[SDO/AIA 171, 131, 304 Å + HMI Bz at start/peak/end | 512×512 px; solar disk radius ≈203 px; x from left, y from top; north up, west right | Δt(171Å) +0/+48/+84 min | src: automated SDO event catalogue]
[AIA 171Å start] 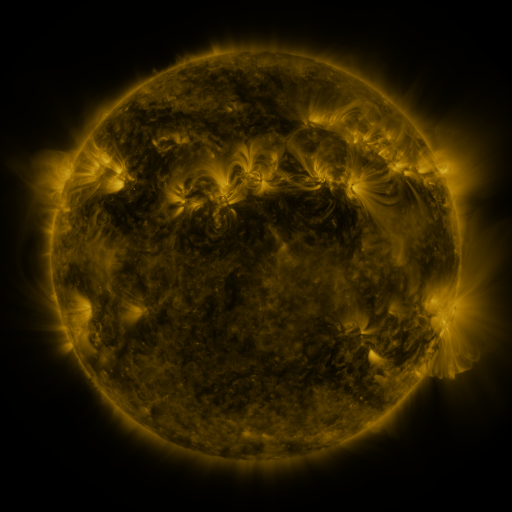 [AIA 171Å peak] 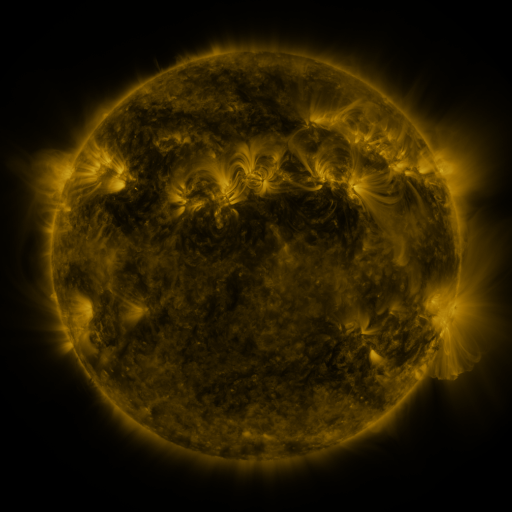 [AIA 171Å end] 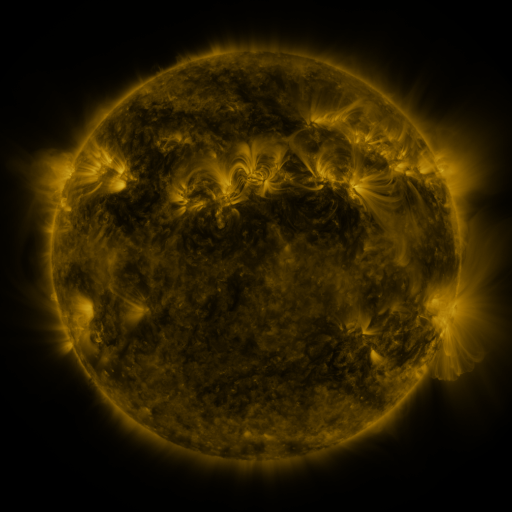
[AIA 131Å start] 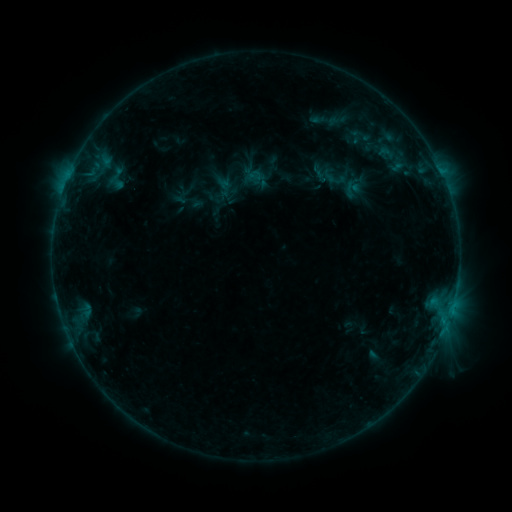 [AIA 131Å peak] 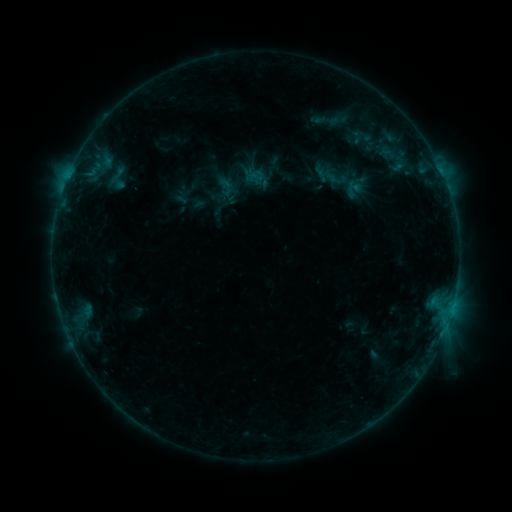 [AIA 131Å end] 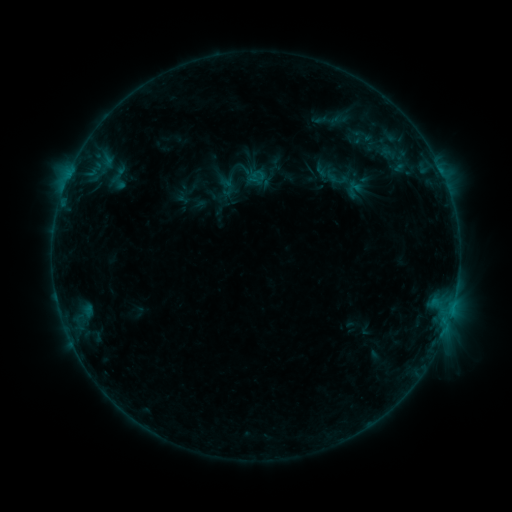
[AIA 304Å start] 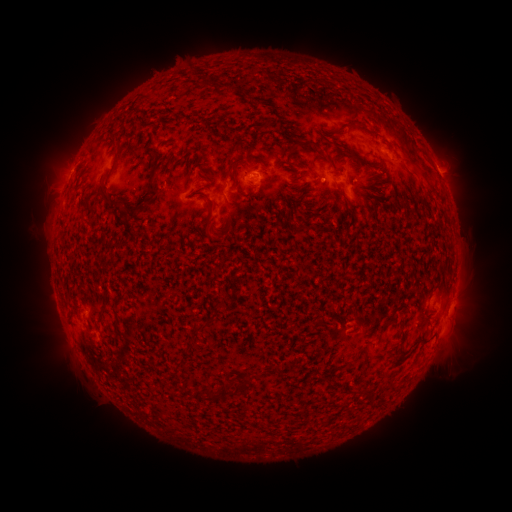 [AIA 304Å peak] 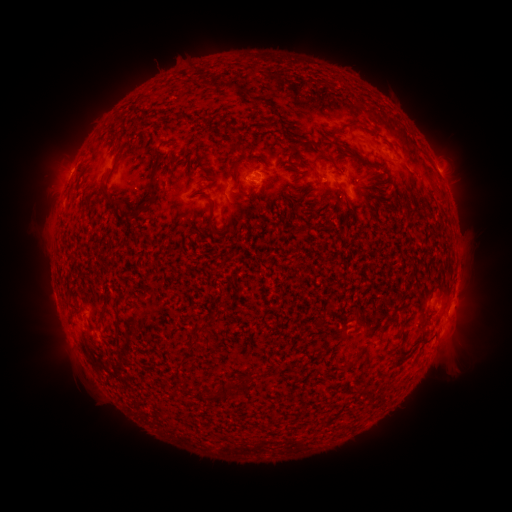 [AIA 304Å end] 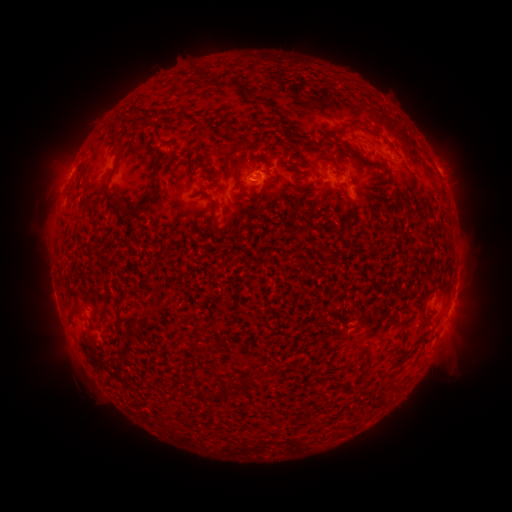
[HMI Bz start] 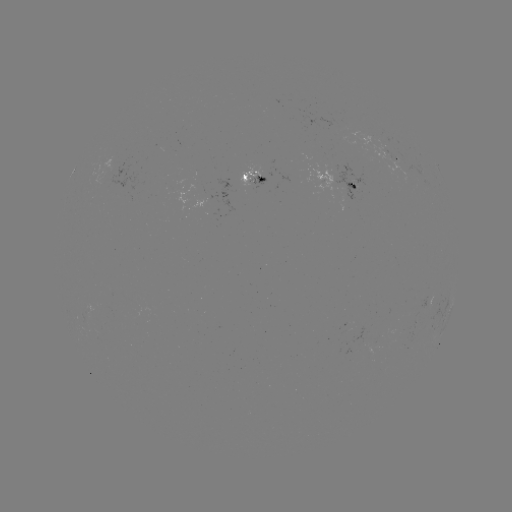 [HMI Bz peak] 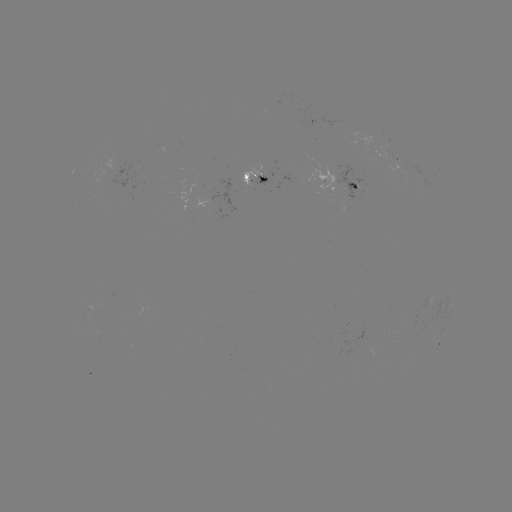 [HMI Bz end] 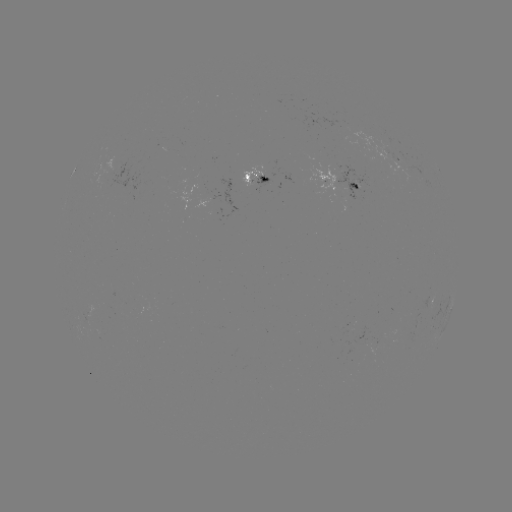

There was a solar emerging-flux region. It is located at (396, 162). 